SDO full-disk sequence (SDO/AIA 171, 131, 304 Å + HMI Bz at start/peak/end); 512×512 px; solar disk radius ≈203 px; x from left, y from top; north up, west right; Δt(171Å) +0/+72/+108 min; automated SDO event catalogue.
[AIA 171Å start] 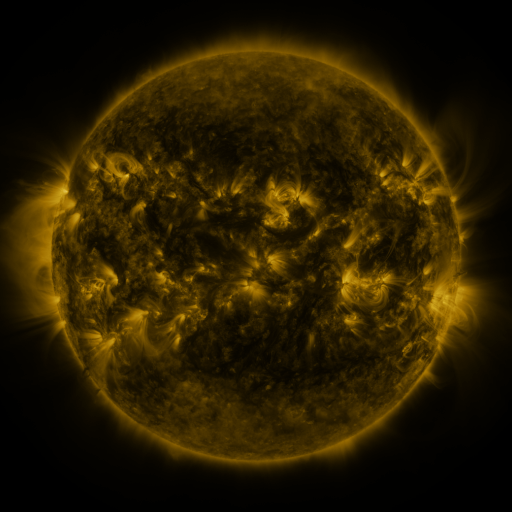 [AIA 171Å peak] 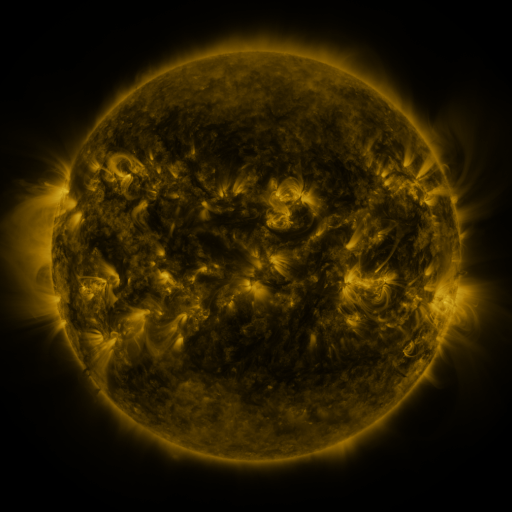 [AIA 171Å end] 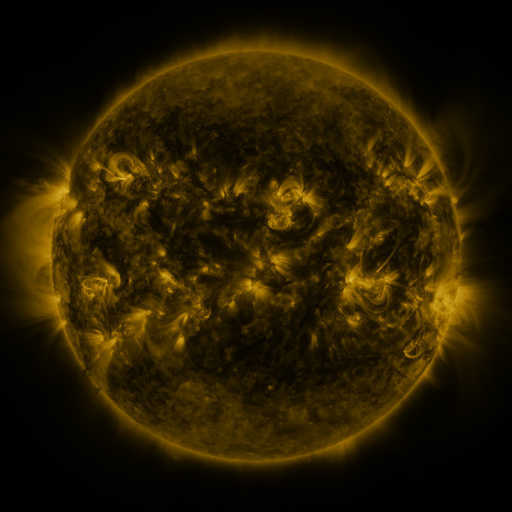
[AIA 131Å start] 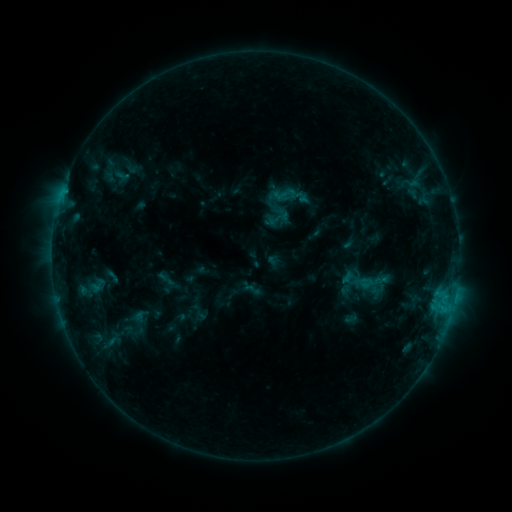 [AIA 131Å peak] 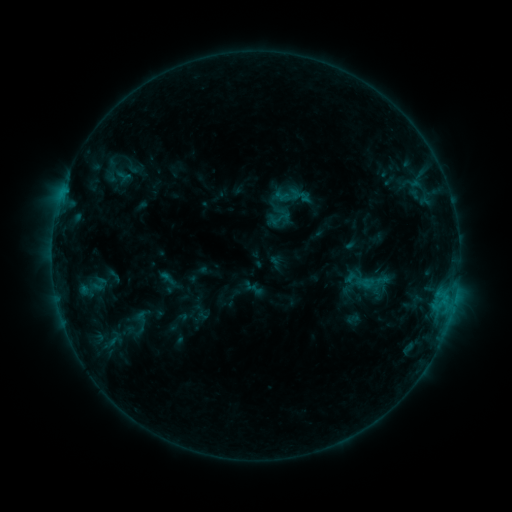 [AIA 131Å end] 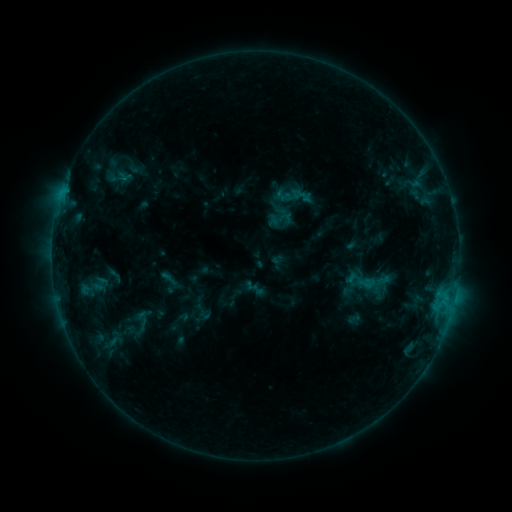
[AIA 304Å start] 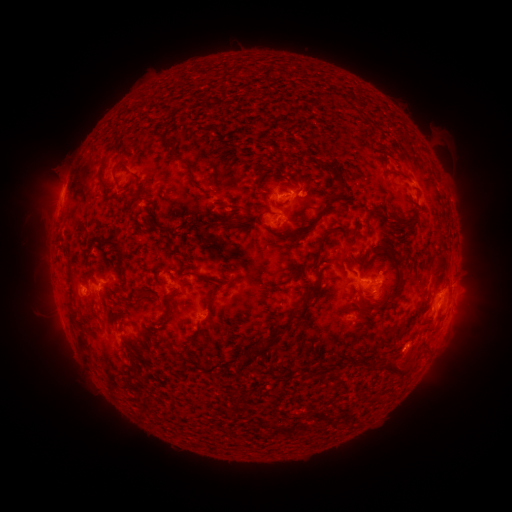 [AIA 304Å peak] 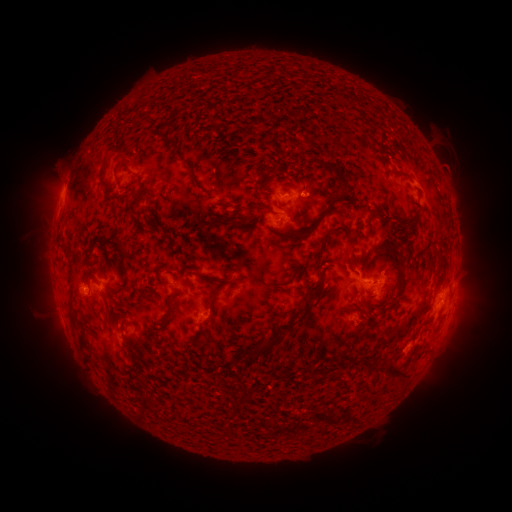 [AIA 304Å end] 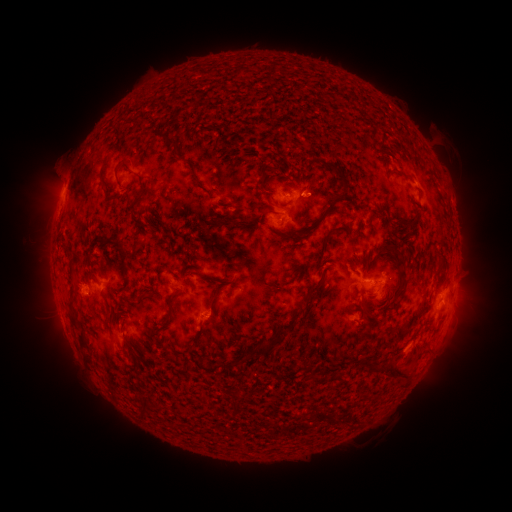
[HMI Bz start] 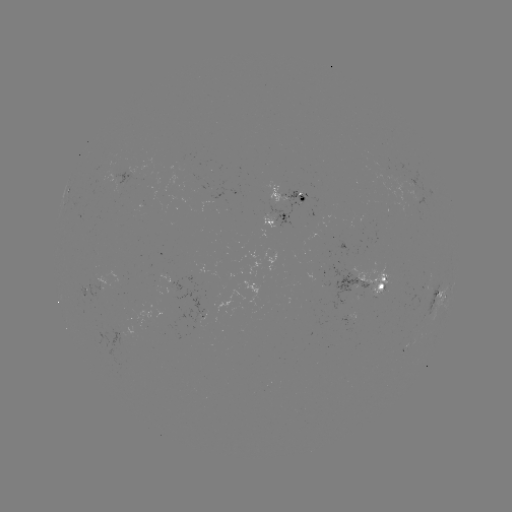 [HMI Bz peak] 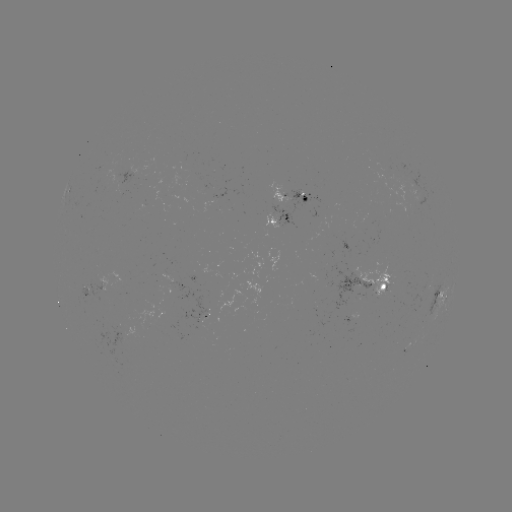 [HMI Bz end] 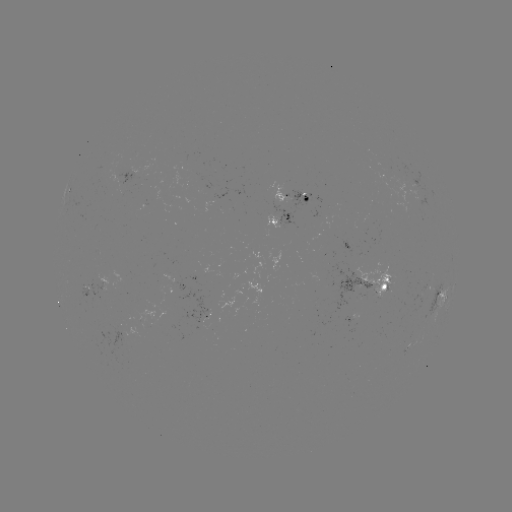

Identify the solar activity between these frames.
emerging-flux region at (281, 218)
